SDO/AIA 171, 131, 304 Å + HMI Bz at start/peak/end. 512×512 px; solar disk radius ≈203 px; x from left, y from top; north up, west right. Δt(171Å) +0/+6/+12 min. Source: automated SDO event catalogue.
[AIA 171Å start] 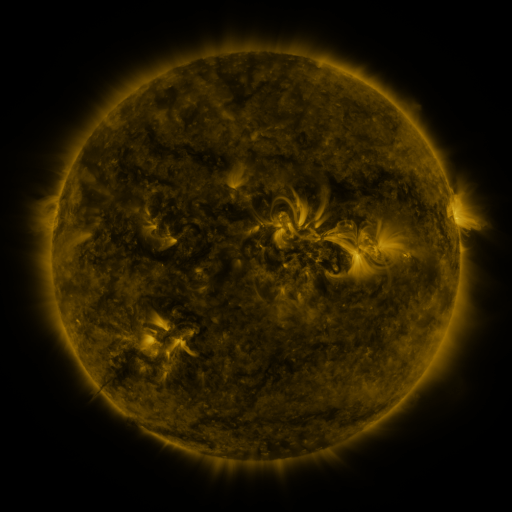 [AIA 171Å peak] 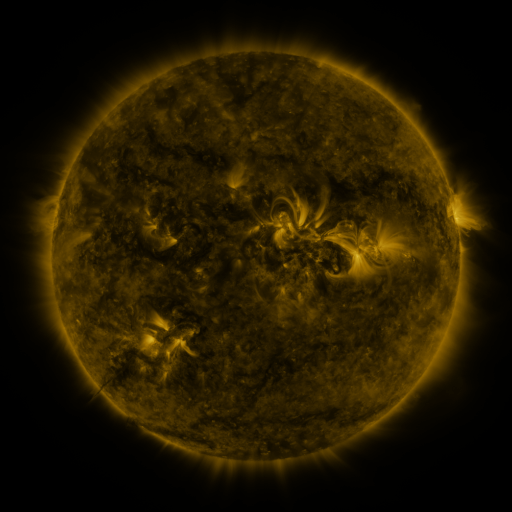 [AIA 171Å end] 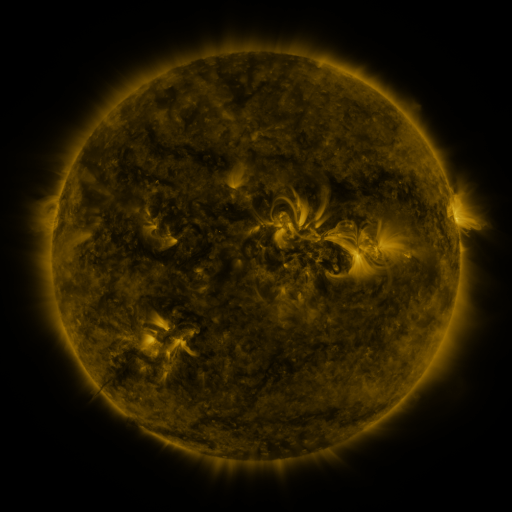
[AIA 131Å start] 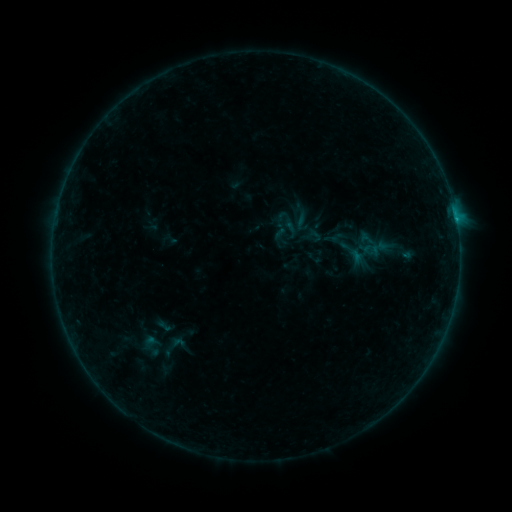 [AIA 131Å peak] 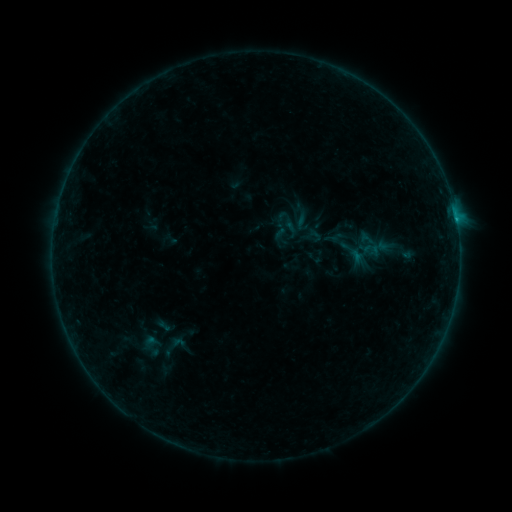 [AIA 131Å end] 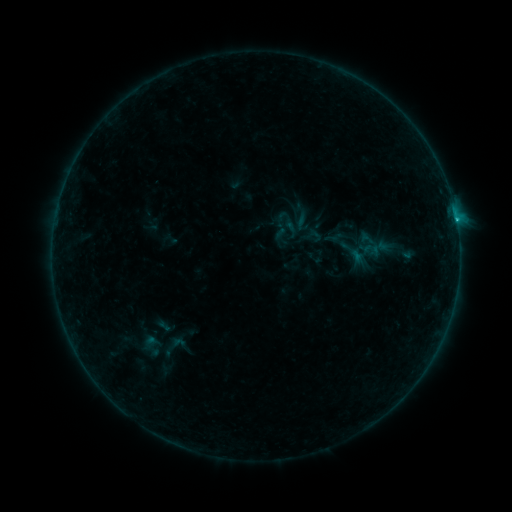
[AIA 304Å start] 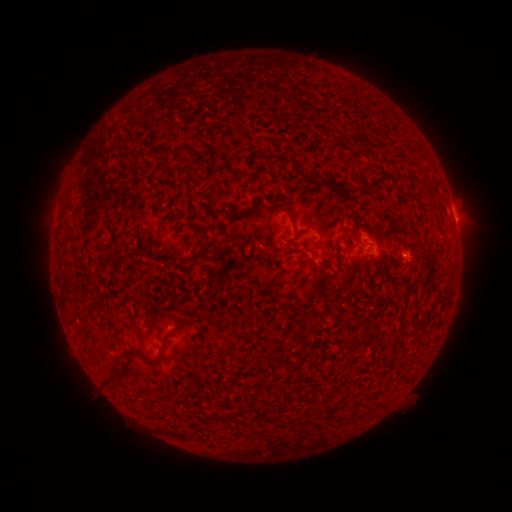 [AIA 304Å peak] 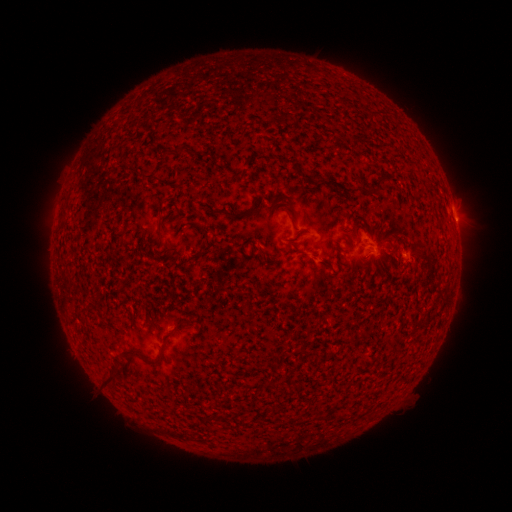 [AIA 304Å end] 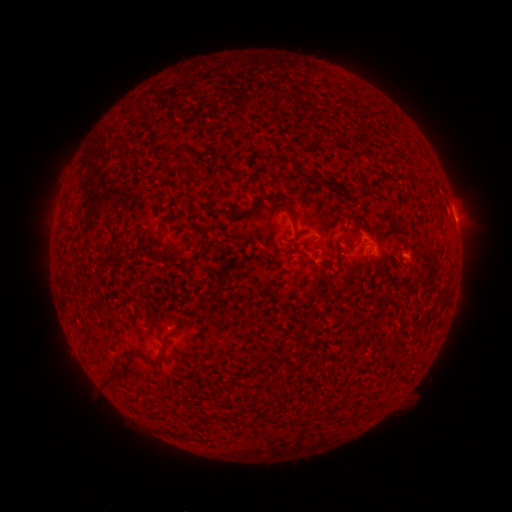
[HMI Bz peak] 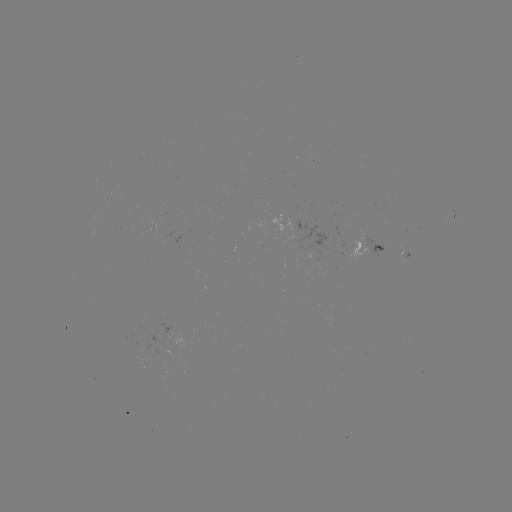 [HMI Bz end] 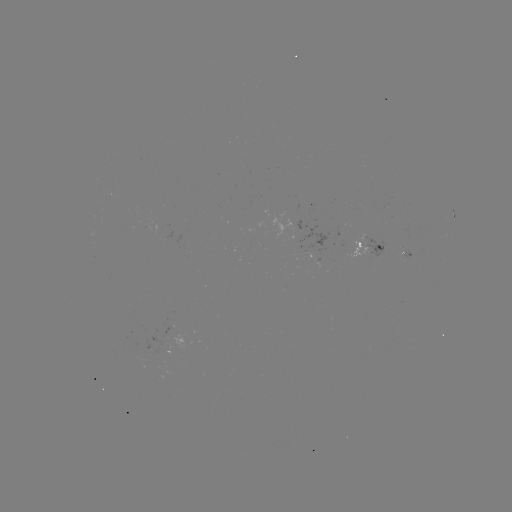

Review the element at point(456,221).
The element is B6.7 flare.